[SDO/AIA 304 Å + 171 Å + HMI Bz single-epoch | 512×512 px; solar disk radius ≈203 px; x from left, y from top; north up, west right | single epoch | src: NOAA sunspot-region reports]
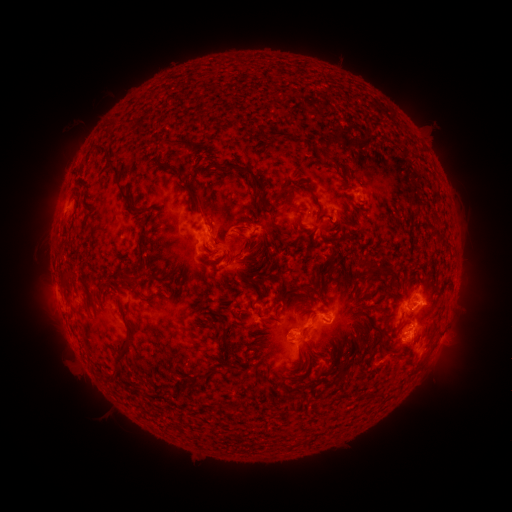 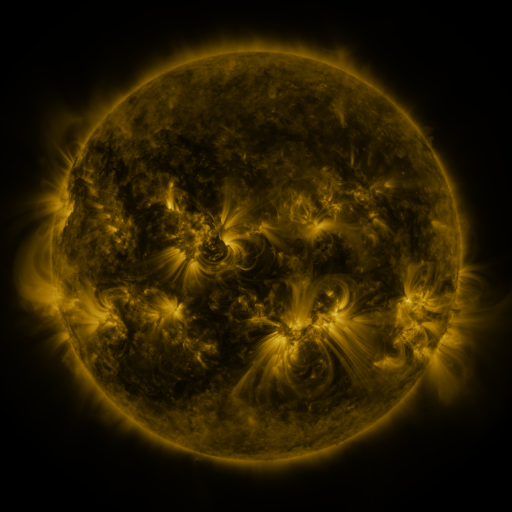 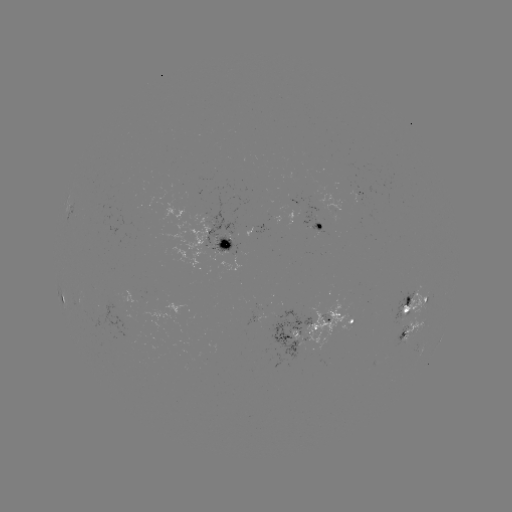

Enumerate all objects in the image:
spotted active region: (360, 193)
spotted active region: (321, 225)
spotted active region: (220, 243)
spotted active region: (62, 300)
spotted active region: (412, 307)
spotted active region: (354, 319)
spotted active region: (413, 327)
spotted active region: (305, 333)
spotted active region: (439, 339)
